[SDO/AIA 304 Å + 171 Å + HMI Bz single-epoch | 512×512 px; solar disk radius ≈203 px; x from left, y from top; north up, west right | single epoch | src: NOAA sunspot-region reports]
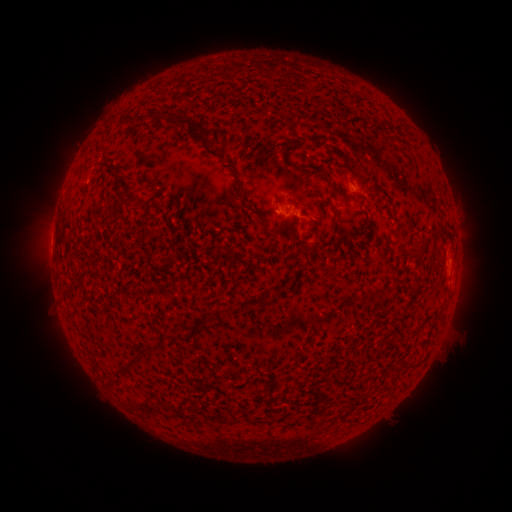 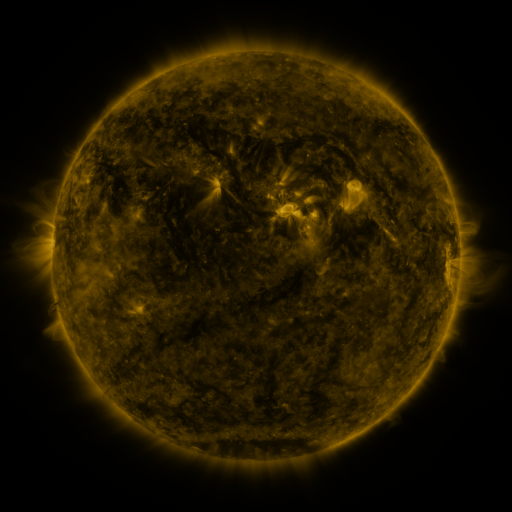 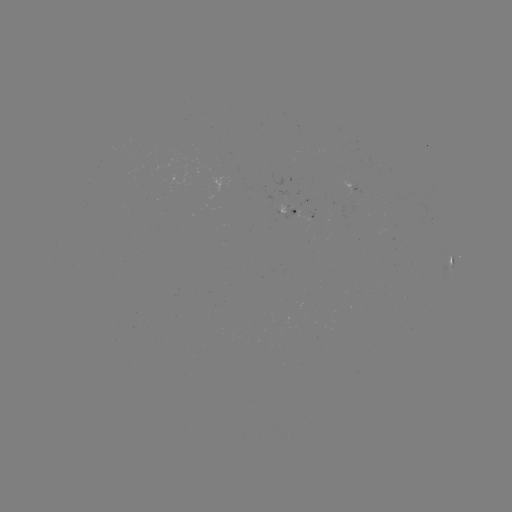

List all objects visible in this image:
spotted active region: (287, 209)
spotted active region: (453, 261)
